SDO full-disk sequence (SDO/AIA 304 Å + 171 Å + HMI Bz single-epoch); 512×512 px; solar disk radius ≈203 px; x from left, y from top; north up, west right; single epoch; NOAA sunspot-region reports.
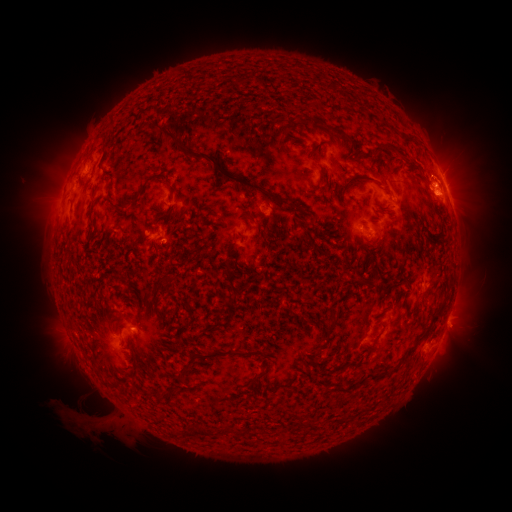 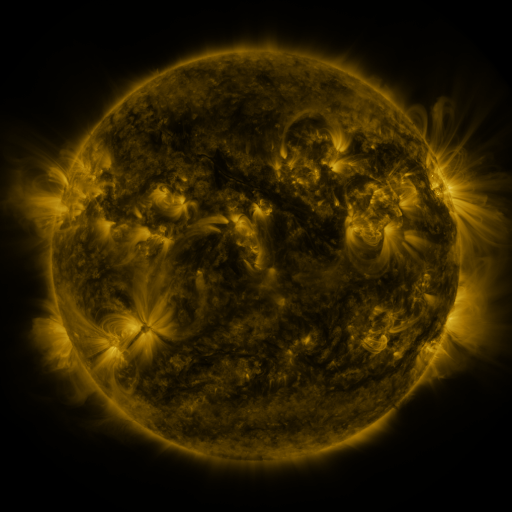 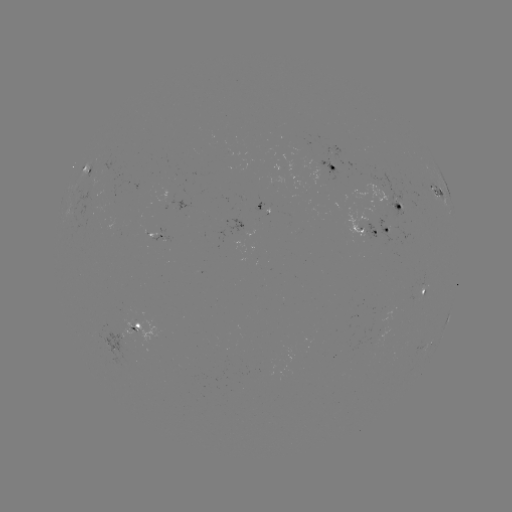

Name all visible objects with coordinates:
spotted active region: (334, 168)
spotted active region: (87, 170)
spotted active region: (435, 189)
spotted active region: (448, 190)
spotted active region: (400, 203)
spotted active region: (262, 213)
spotted active region: (371, 232)
spotted active region: (161, 236)
spotted active region: (425, 289)
spotted active region: (449, 316)
spotted active region: (131, 326)
spotted active region: (110, 341)
spotted active region: (431, 341)
